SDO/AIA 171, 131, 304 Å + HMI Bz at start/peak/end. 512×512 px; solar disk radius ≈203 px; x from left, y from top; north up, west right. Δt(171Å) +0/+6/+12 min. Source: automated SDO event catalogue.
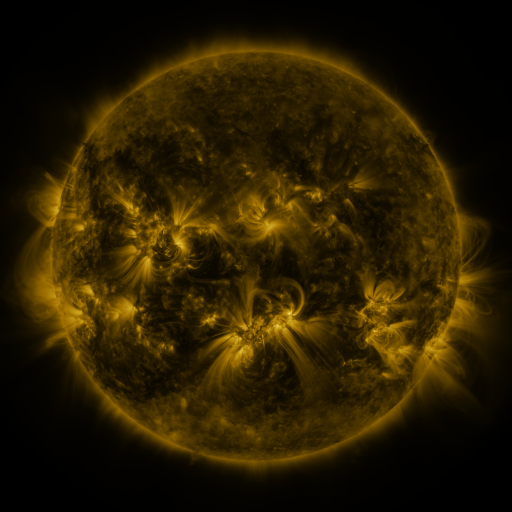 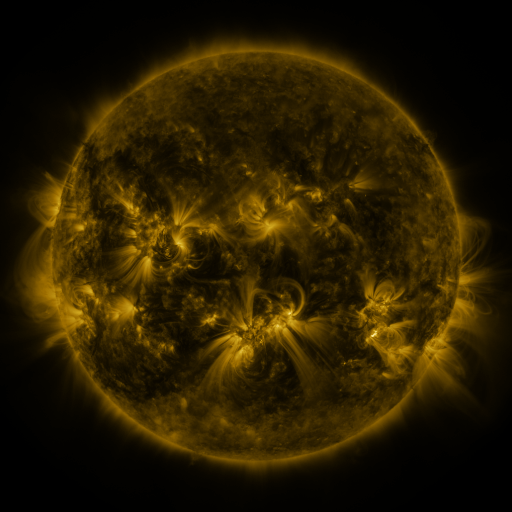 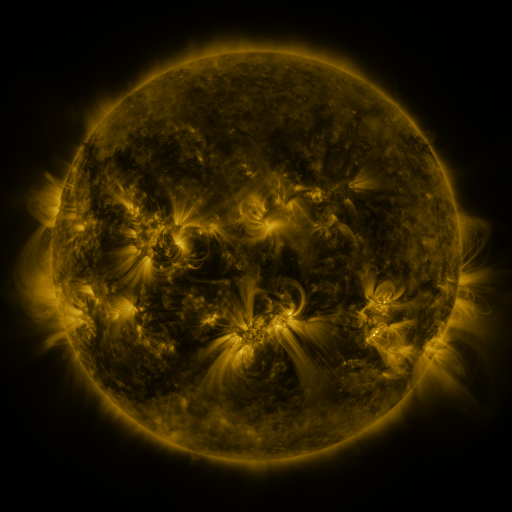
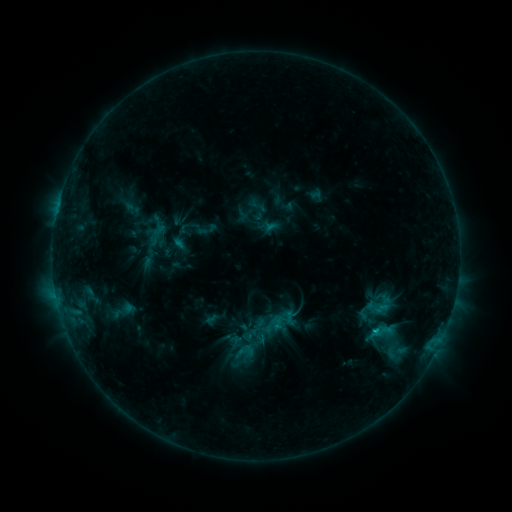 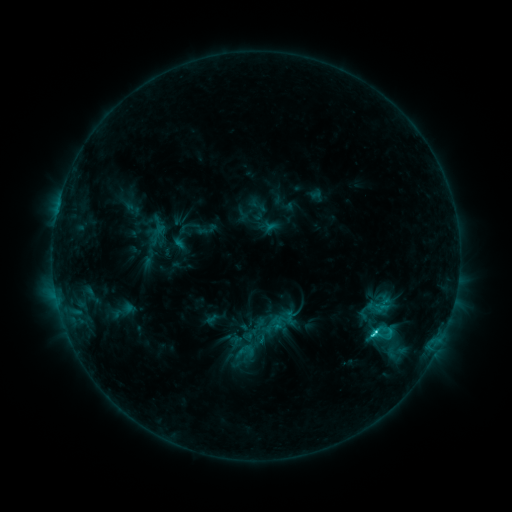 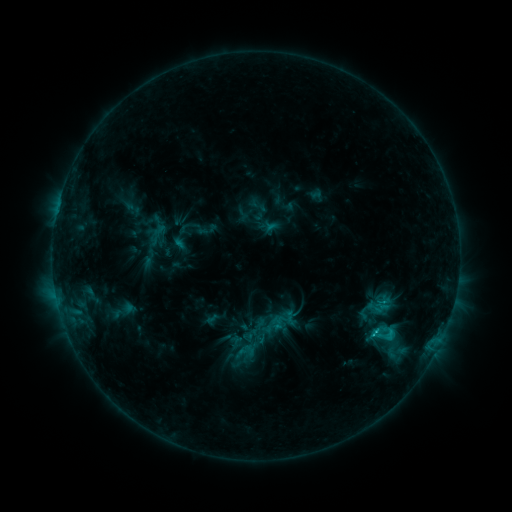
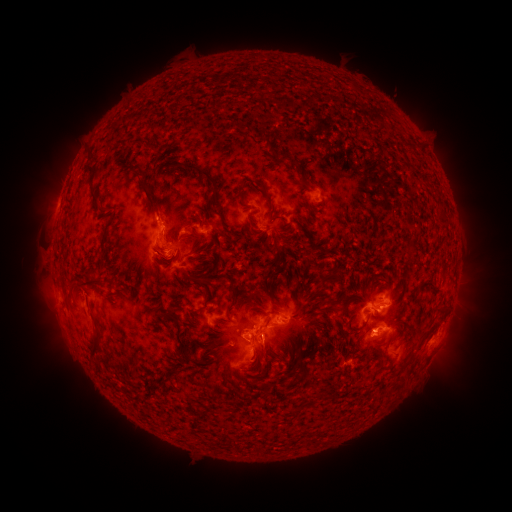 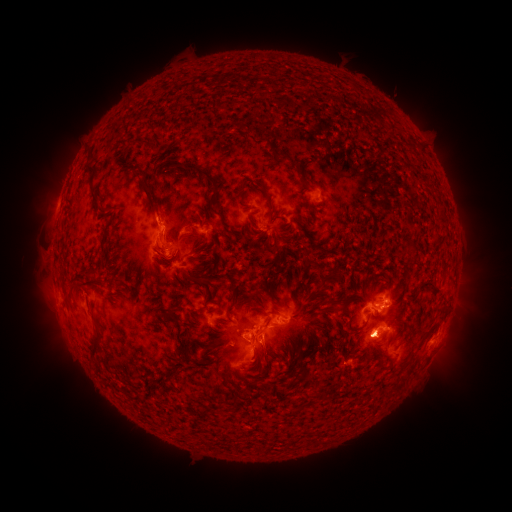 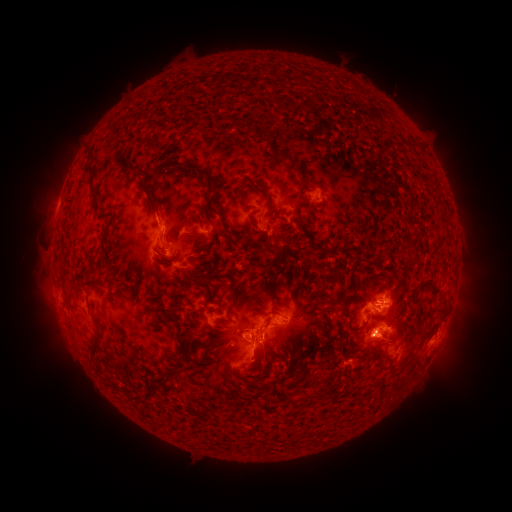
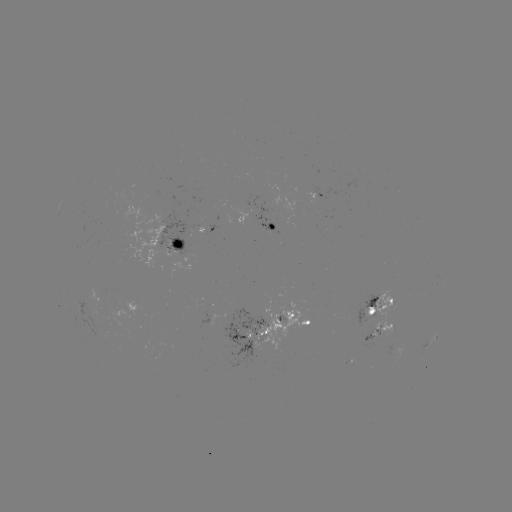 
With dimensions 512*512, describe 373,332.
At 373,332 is C2.6 flare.